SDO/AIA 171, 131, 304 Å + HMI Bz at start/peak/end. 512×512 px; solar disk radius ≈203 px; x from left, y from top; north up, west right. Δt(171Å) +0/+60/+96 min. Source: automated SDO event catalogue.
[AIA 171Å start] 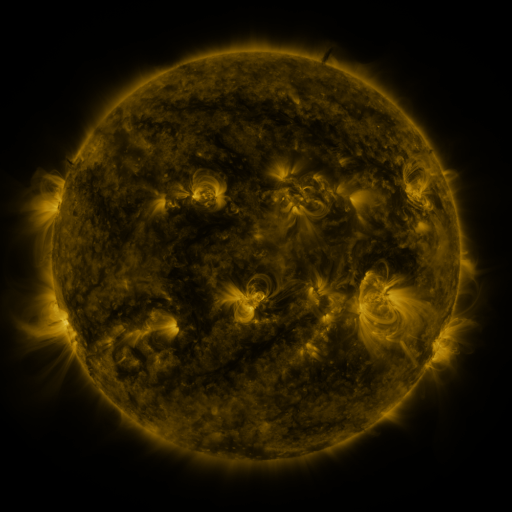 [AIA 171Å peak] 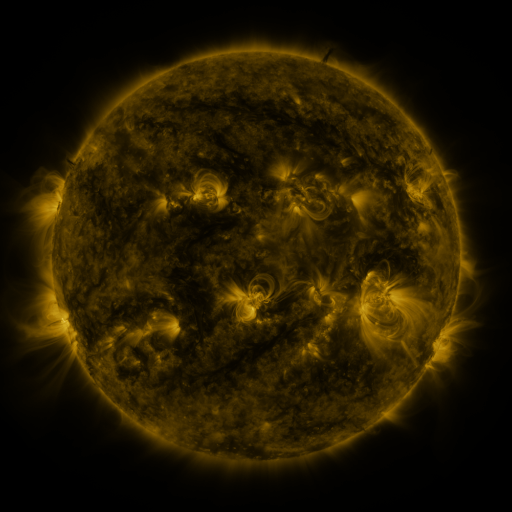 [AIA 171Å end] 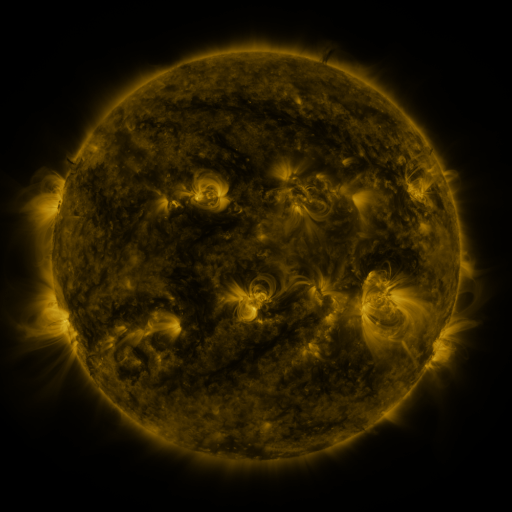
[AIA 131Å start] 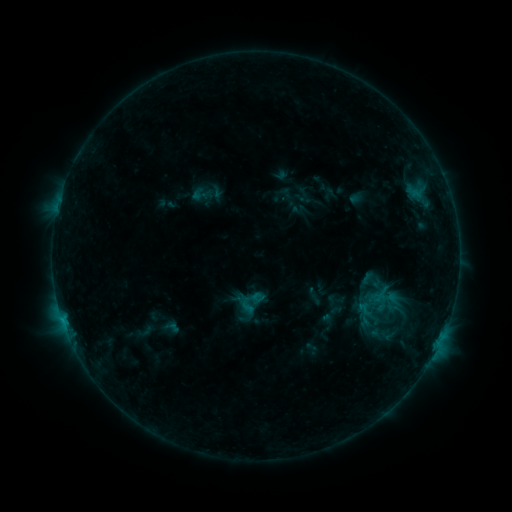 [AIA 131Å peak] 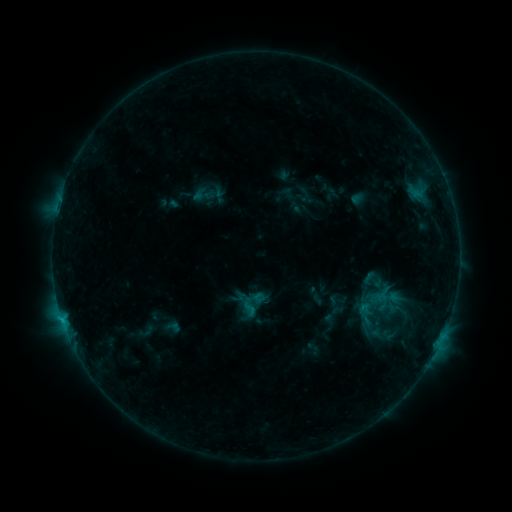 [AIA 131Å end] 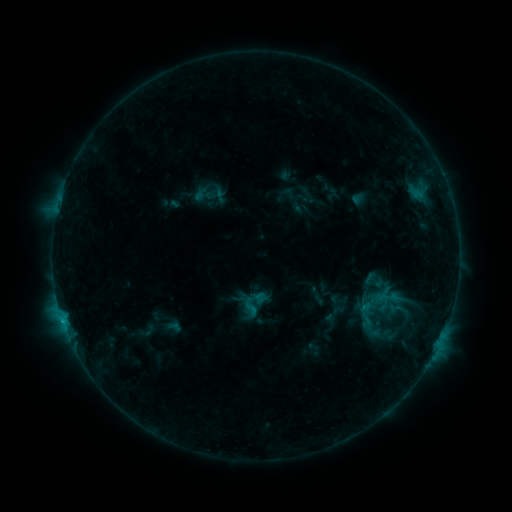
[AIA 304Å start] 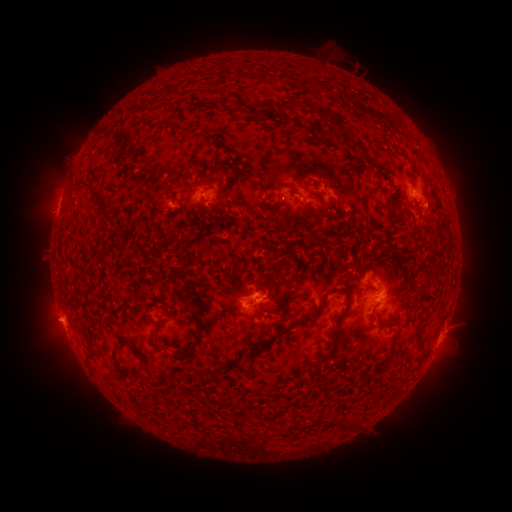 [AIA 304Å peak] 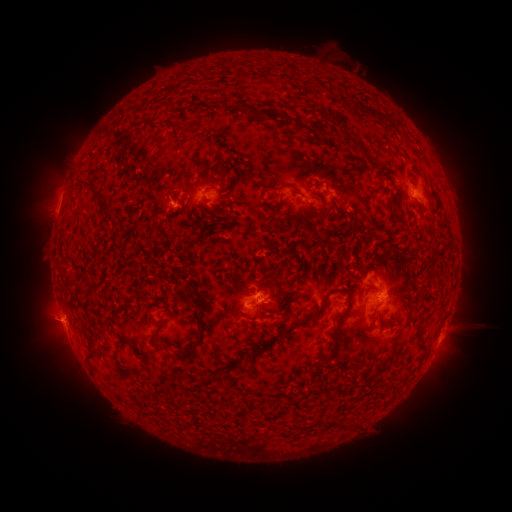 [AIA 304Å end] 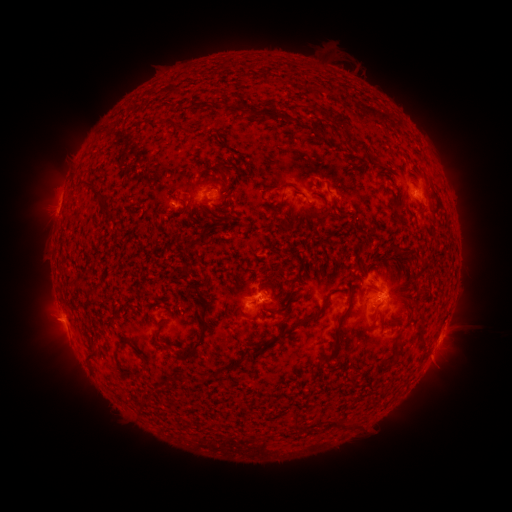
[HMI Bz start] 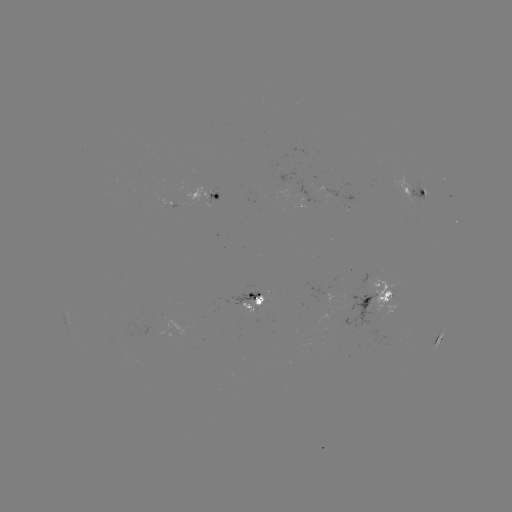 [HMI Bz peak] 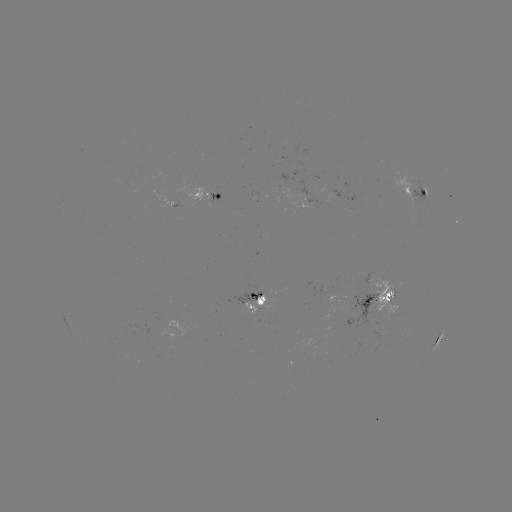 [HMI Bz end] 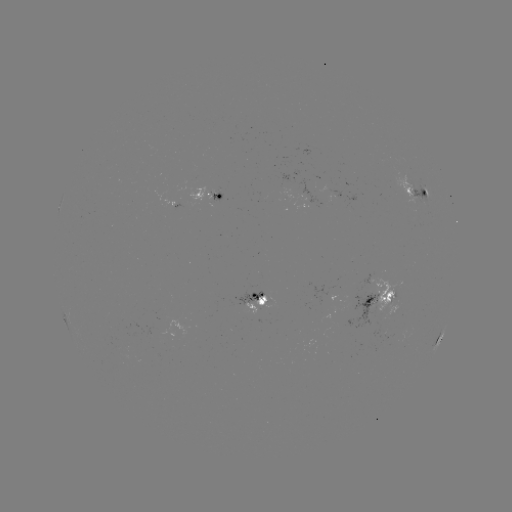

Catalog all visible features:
emerging-flux region: (390, 295)
